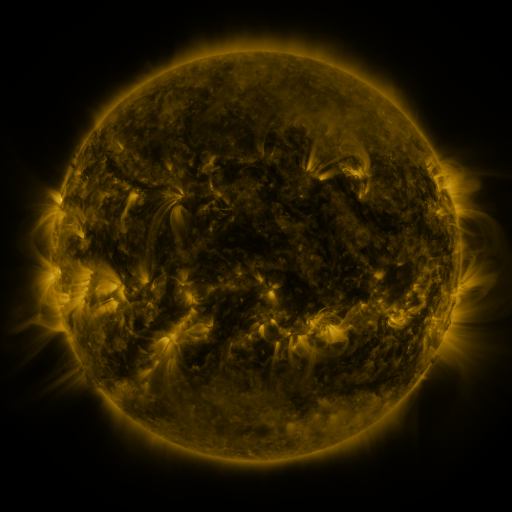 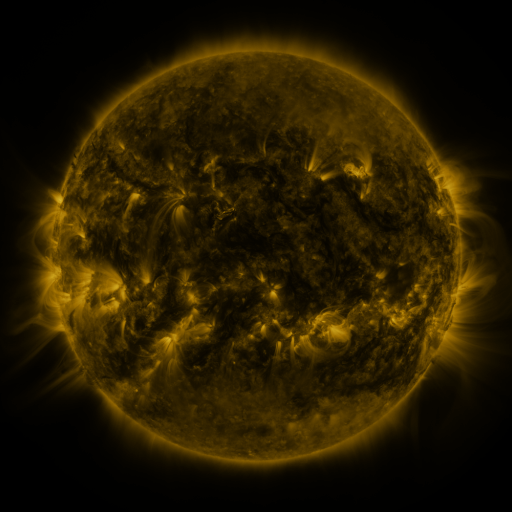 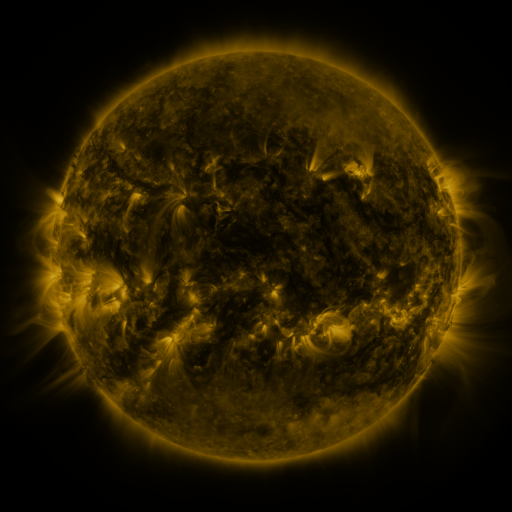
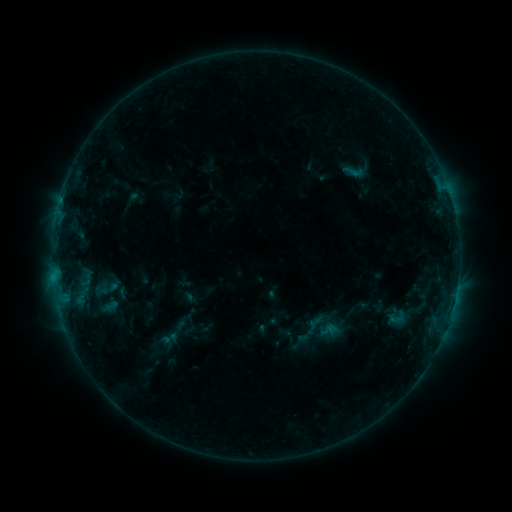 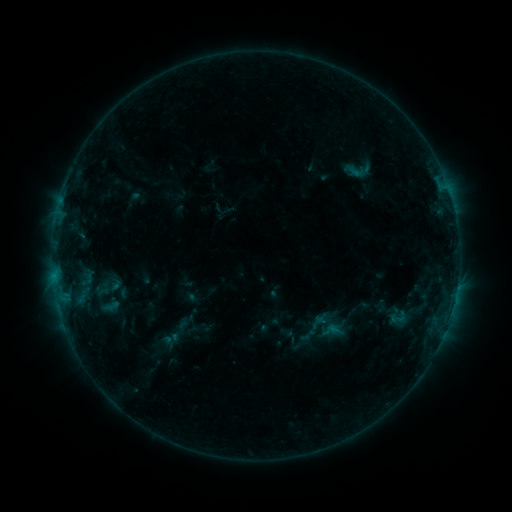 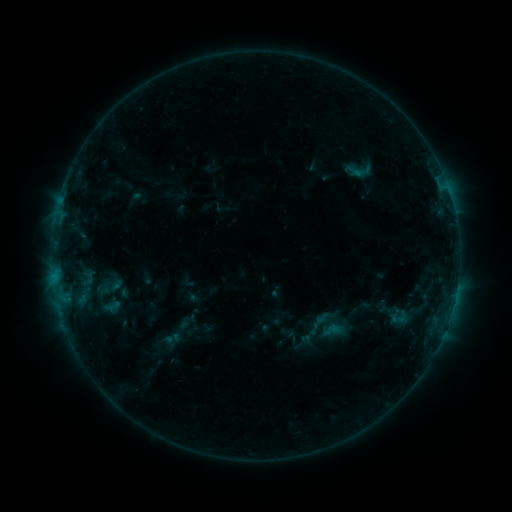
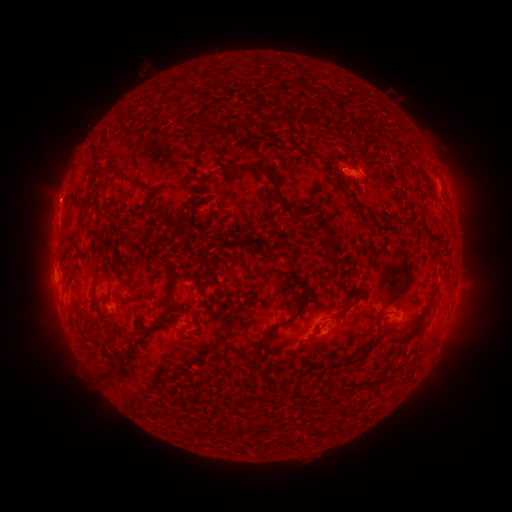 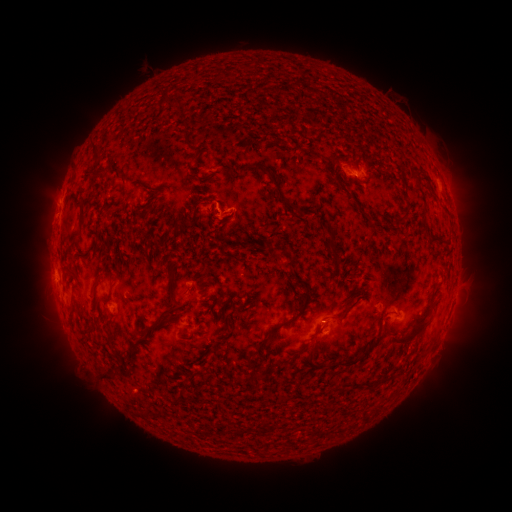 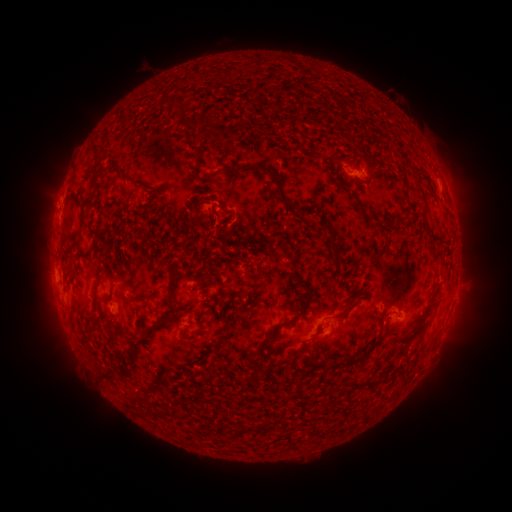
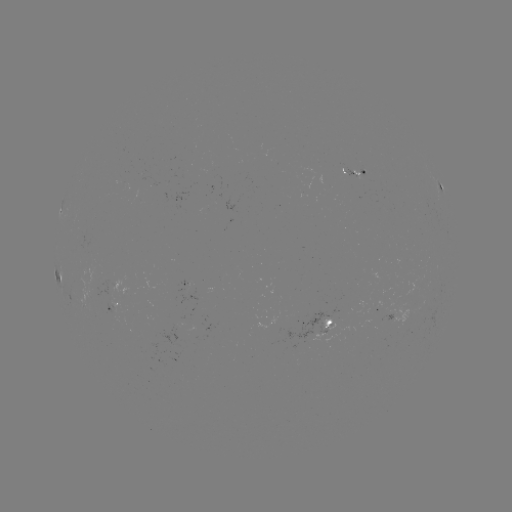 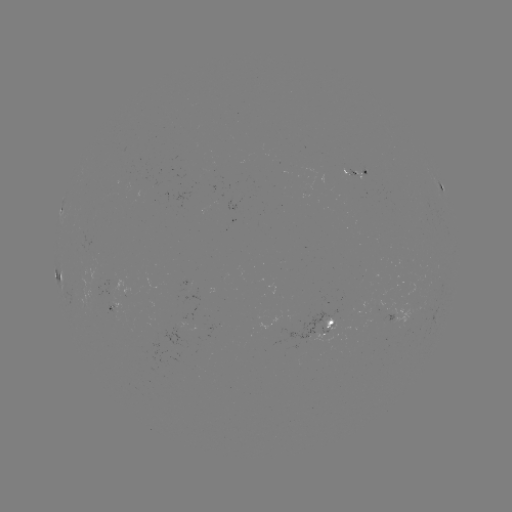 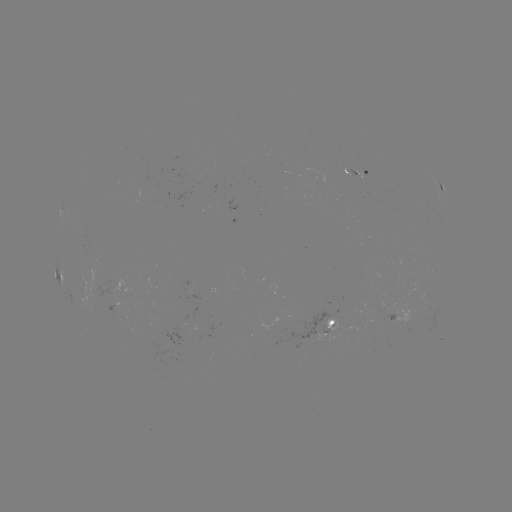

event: emerging-flux region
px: (327, 322)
